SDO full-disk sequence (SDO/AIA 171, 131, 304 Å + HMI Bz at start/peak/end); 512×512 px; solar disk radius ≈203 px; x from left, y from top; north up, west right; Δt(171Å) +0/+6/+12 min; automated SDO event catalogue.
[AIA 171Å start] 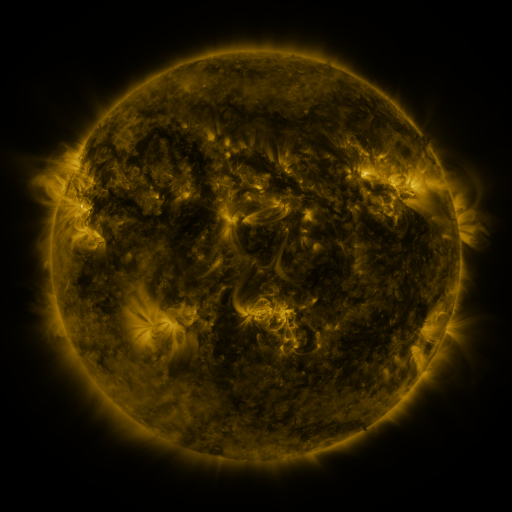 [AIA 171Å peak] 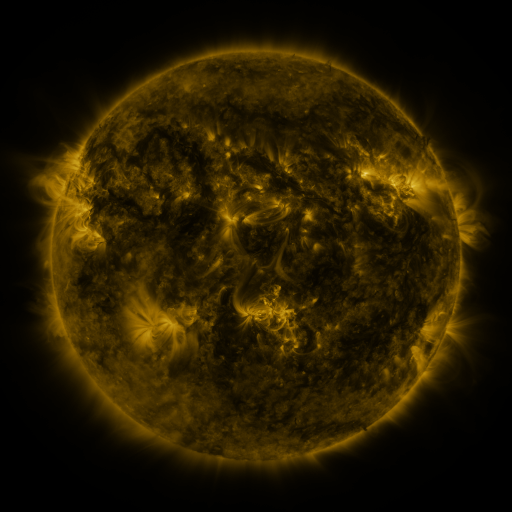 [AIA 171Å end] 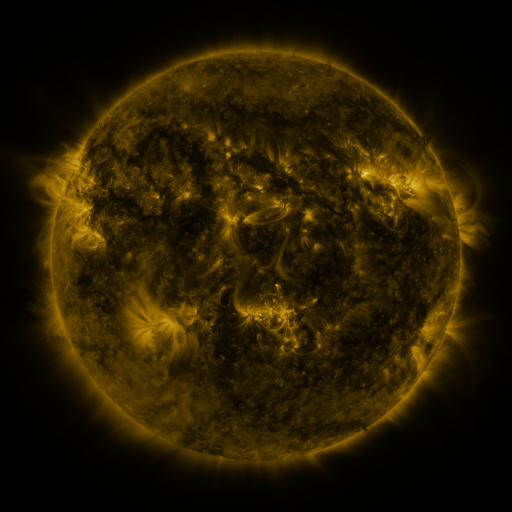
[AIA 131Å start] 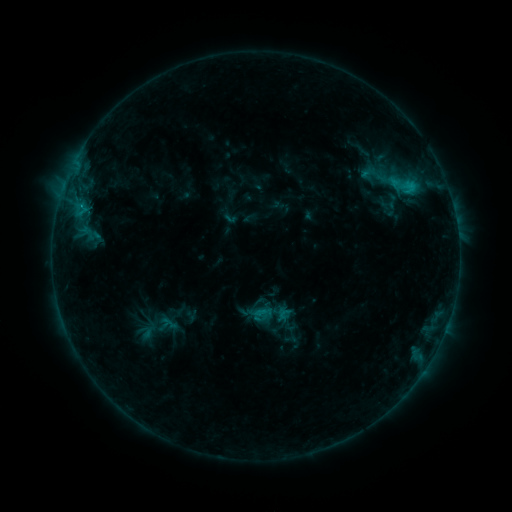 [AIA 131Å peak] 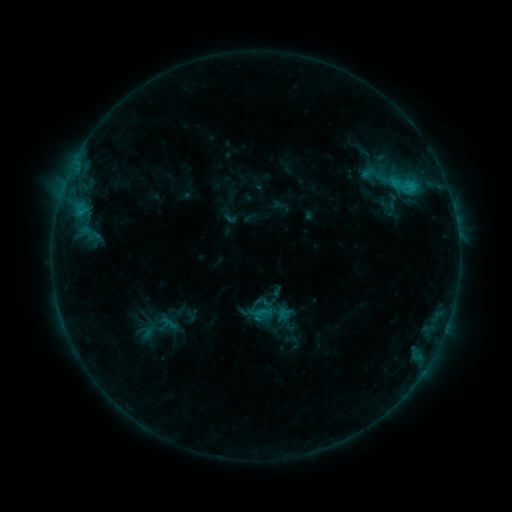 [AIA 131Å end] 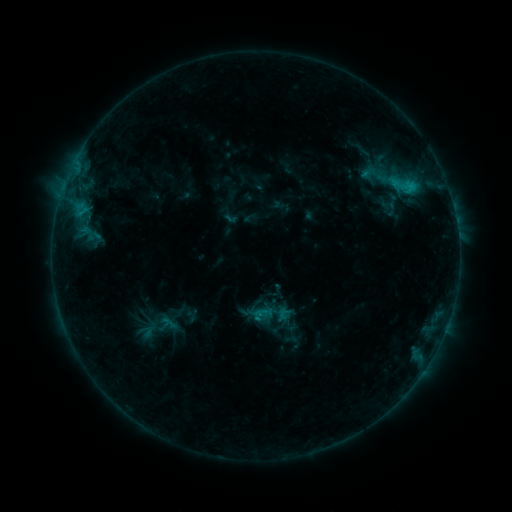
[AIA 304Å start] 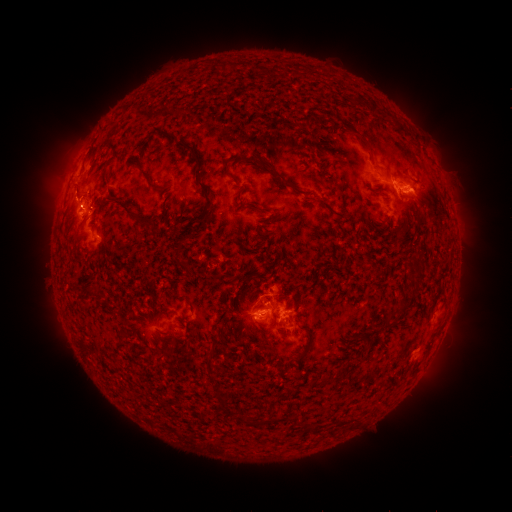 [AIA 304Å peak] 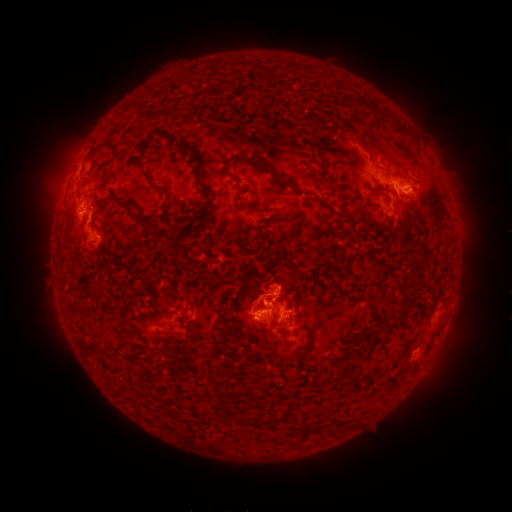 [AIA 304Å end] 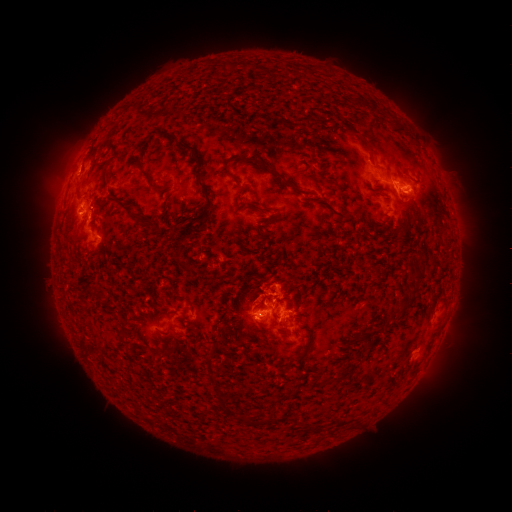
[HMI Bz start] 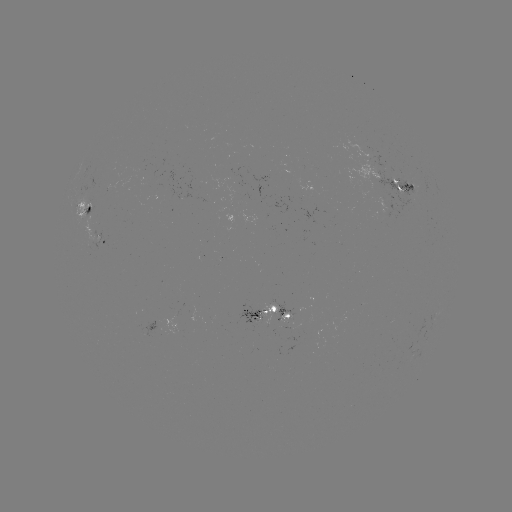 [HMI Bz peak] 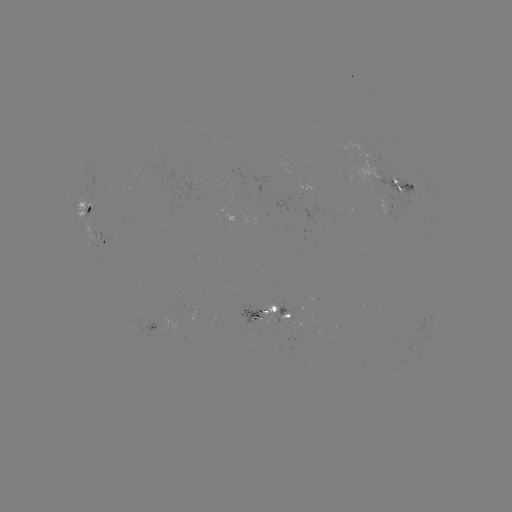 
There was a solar eruption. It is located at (281, 294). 